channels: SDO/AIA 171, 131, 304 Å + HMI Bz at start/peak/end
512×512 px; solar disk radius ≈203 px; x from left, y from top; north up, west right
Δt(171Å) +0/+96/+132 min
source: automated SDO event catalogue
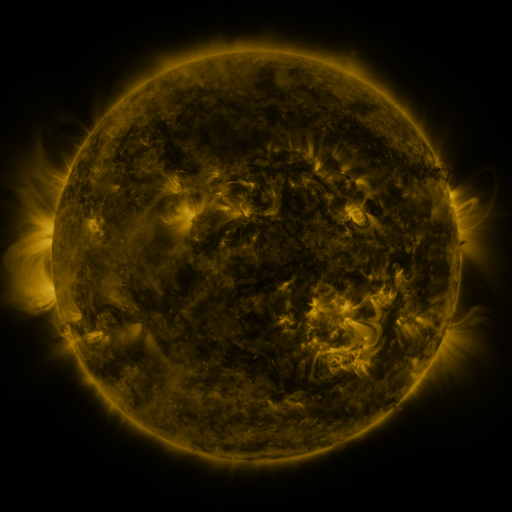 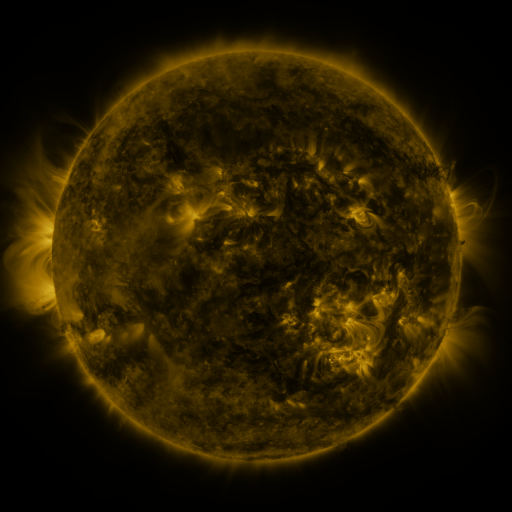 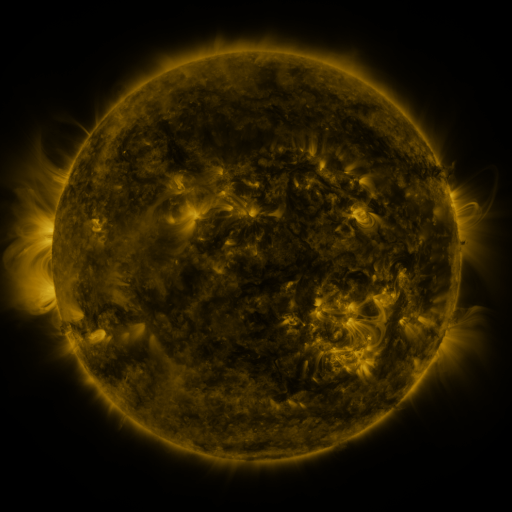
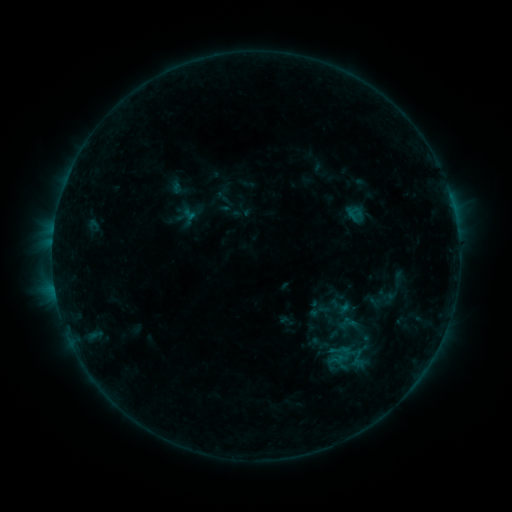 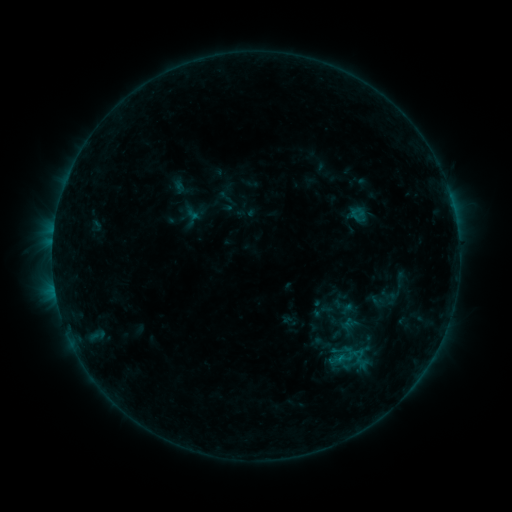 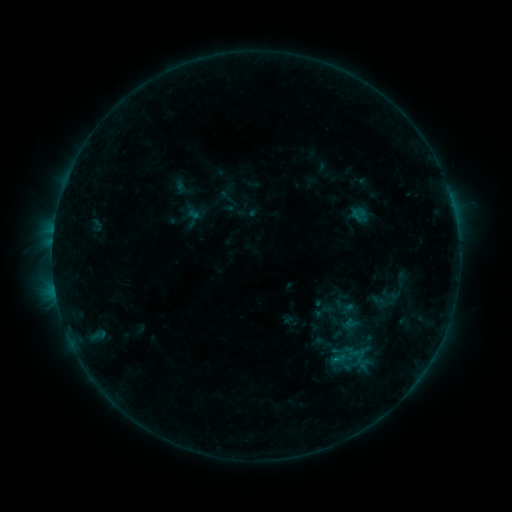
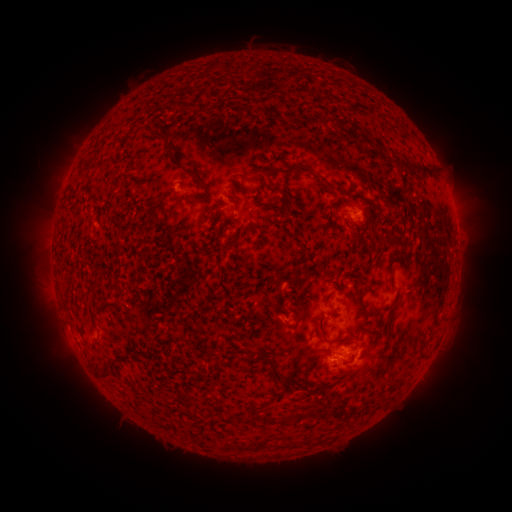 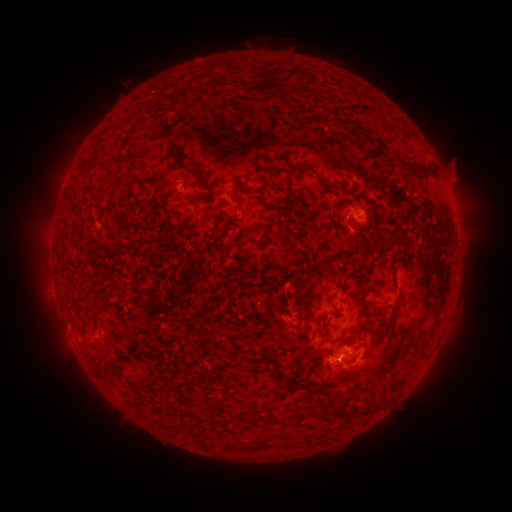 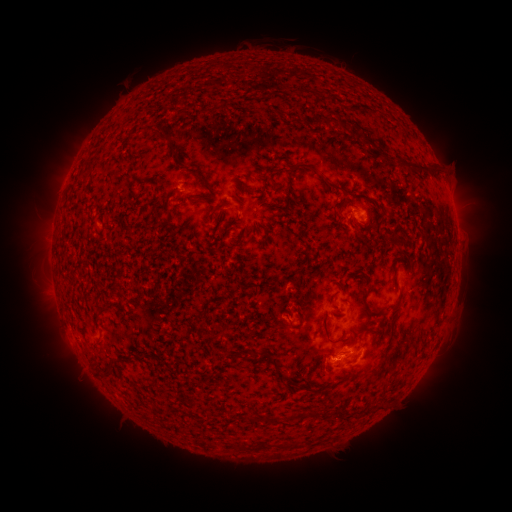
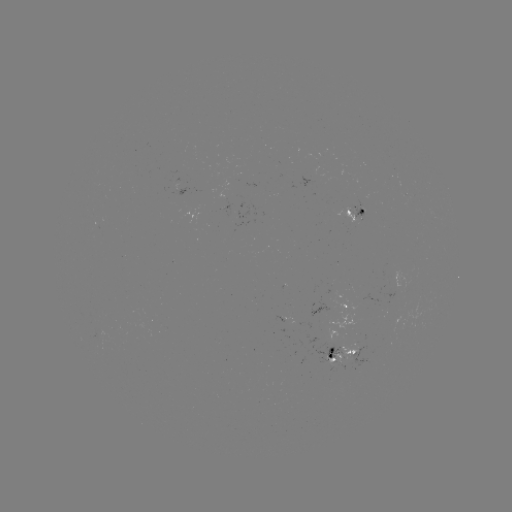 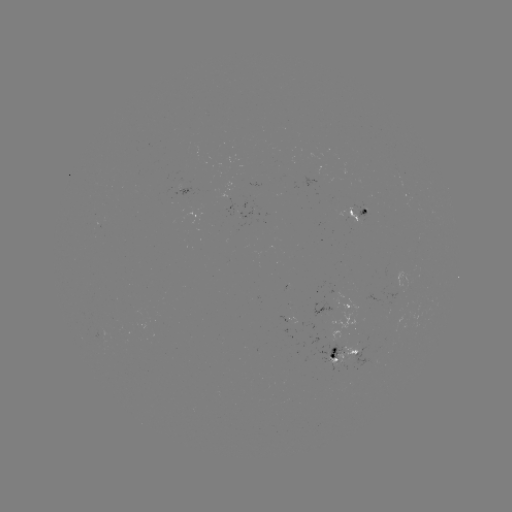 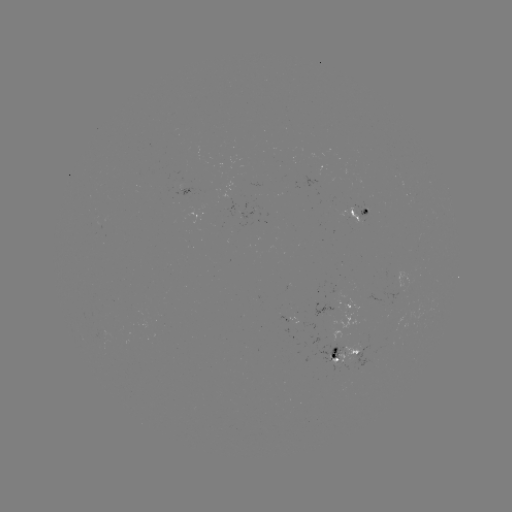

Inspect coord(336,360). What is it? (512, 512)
emerging-flux region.